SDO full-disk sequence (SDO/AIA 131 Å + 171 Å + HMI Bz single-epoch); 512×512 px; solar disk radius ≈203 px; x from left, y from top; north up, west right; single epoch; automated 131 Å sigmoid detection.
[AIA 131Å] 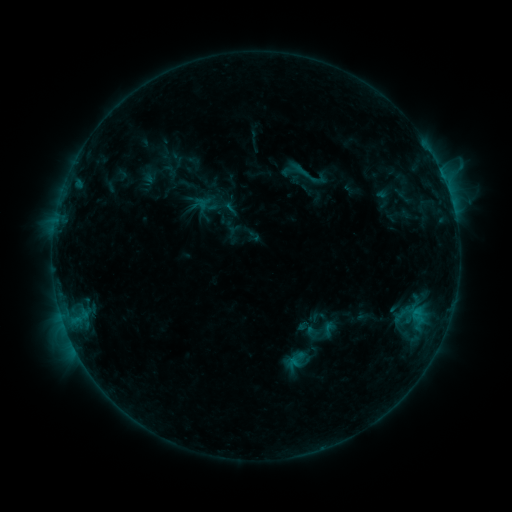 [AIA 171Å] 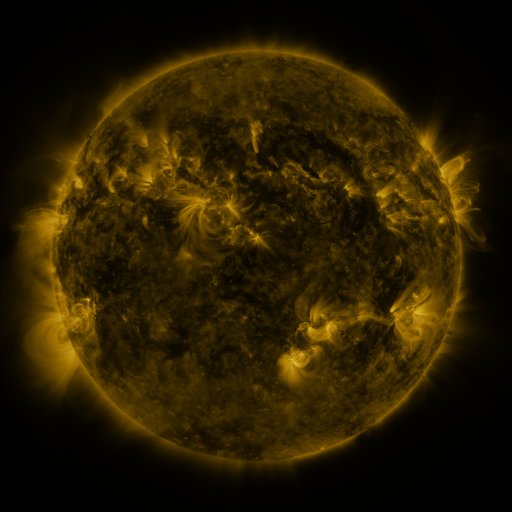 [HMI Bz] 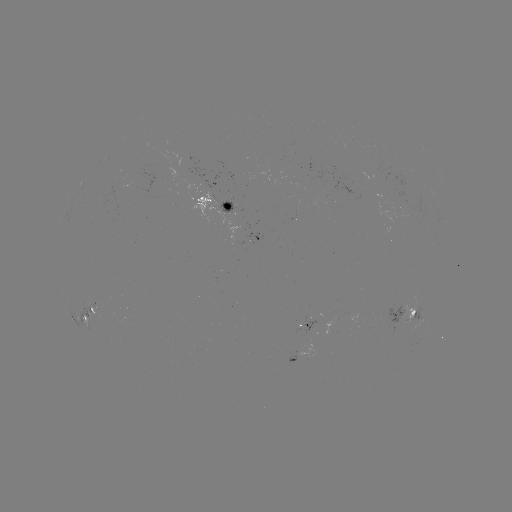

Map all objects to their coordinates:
sigmoid: (301, 170)
sigmoid: (254, 235)
